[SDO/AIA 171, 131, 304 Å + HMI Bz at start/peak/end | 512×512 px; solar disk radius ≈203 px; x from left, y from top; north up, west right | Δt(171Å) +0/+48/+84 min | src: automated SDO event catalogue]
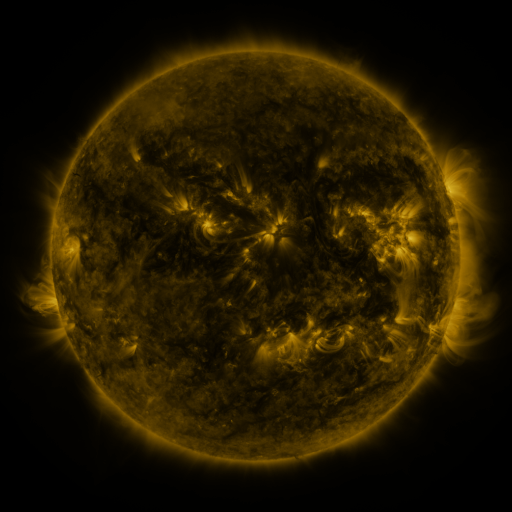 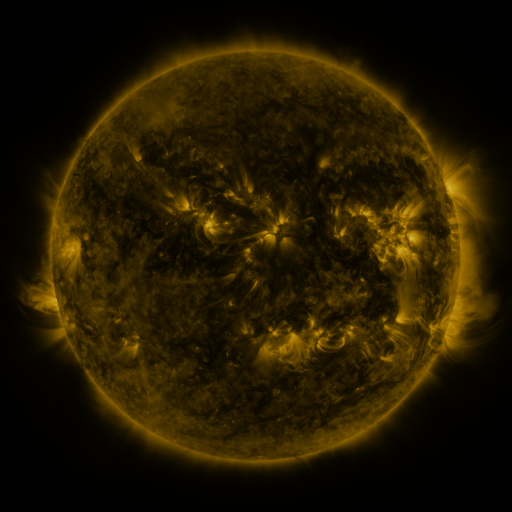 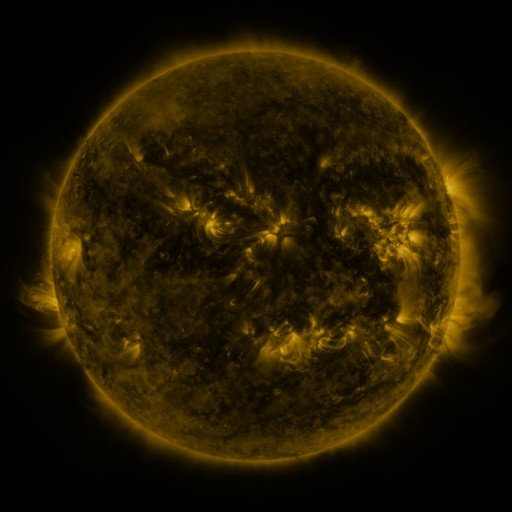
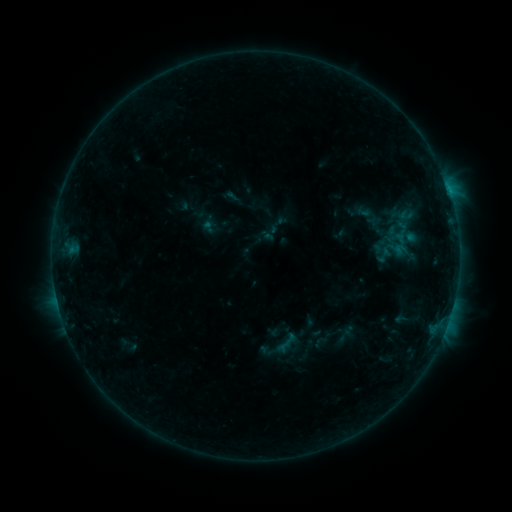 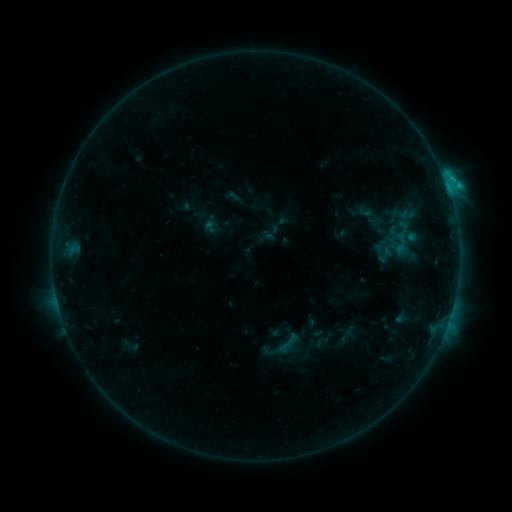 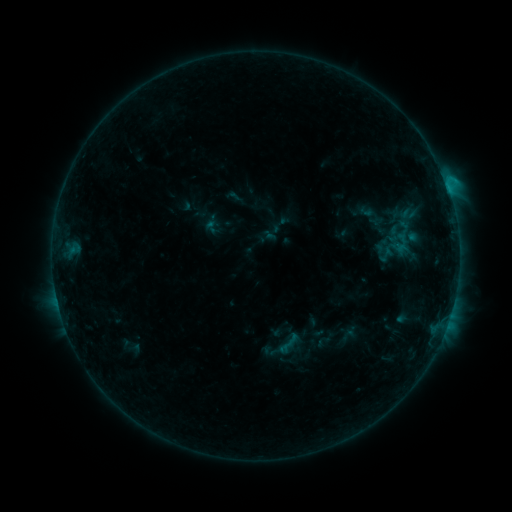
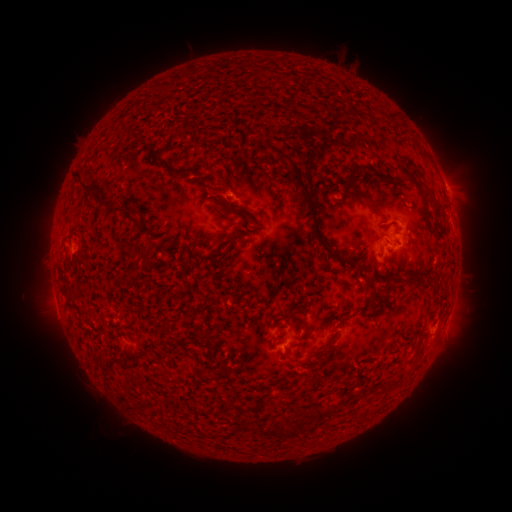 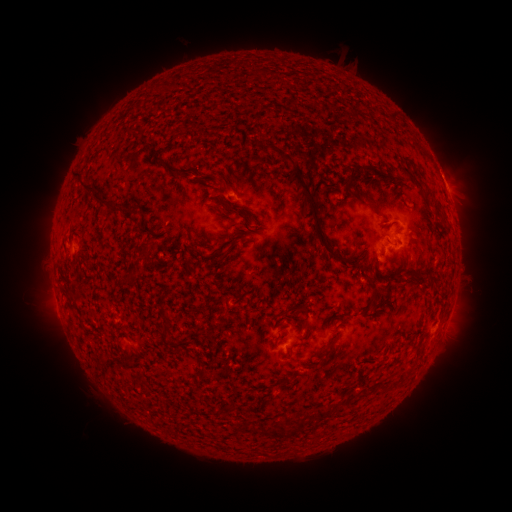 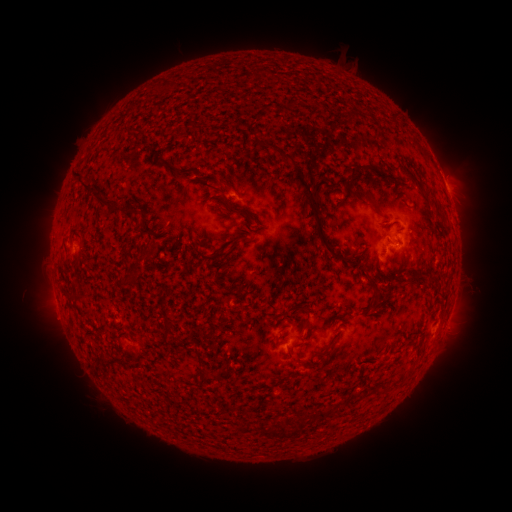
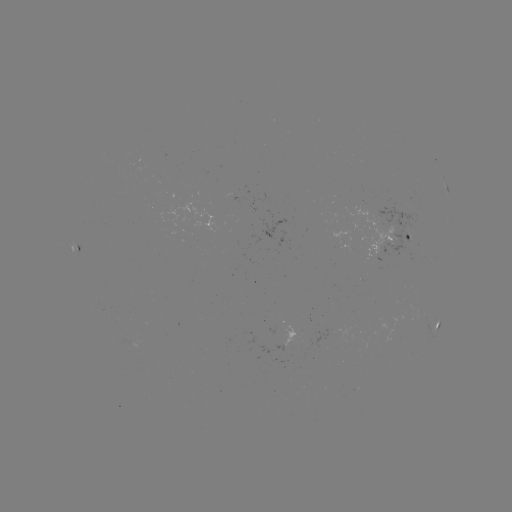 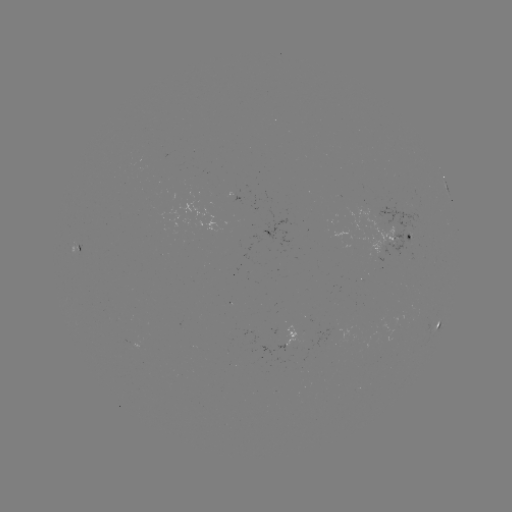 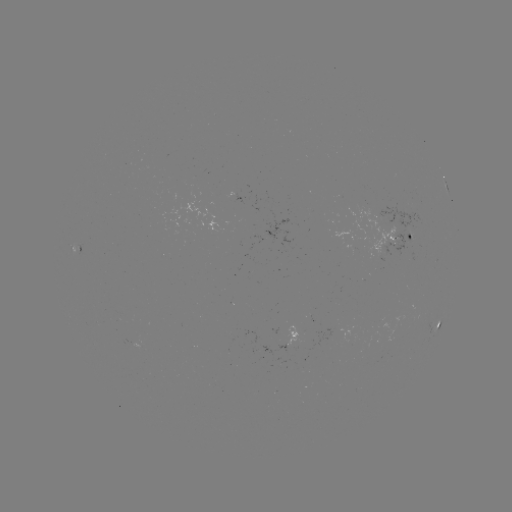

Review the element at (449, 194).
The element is C1.6 flare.